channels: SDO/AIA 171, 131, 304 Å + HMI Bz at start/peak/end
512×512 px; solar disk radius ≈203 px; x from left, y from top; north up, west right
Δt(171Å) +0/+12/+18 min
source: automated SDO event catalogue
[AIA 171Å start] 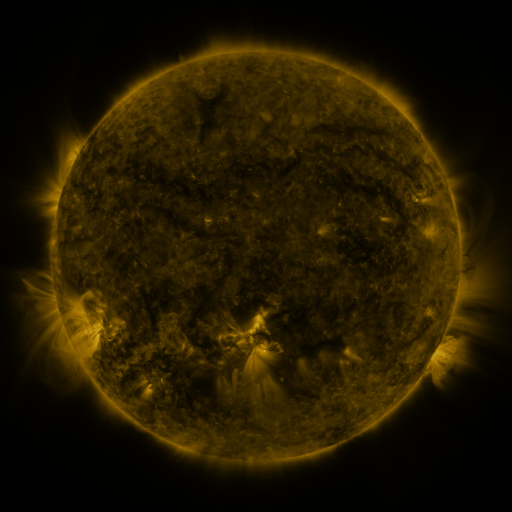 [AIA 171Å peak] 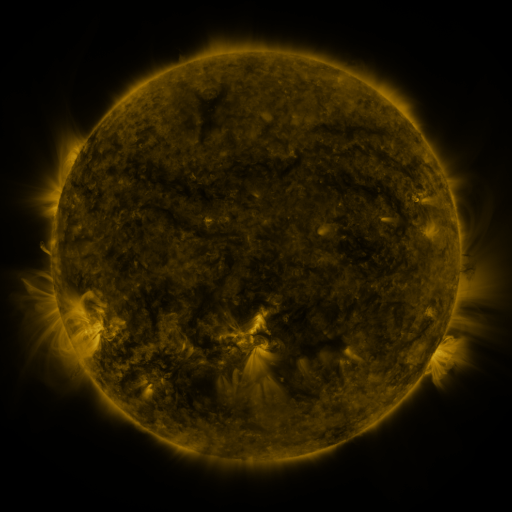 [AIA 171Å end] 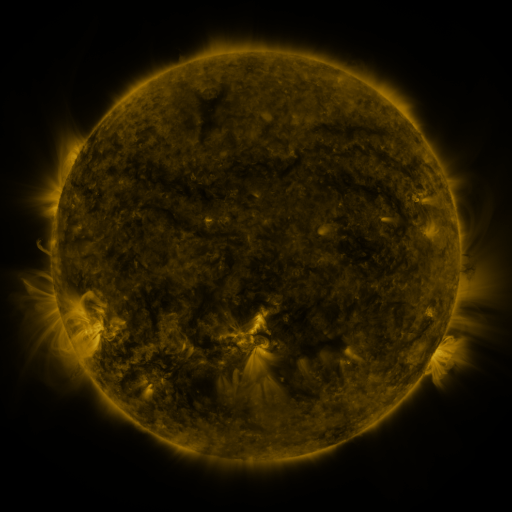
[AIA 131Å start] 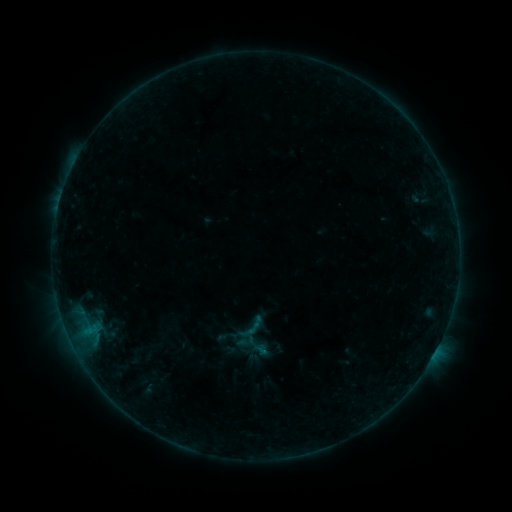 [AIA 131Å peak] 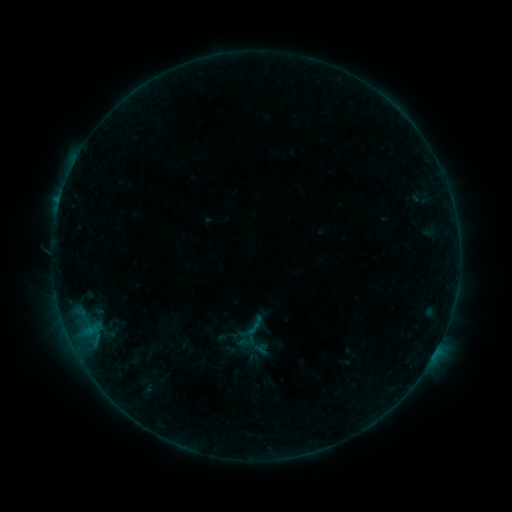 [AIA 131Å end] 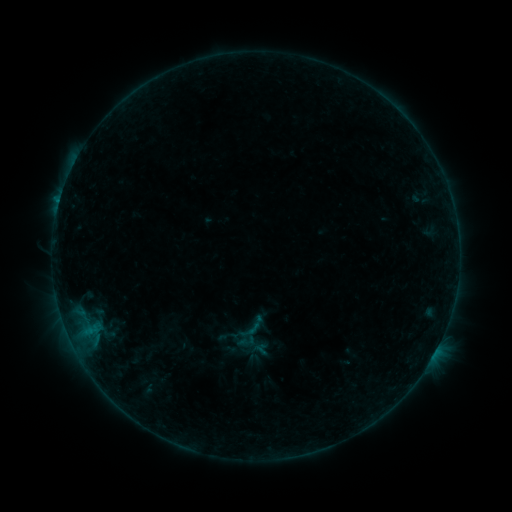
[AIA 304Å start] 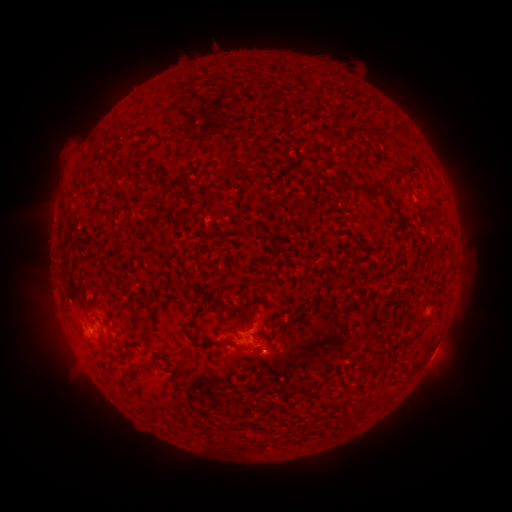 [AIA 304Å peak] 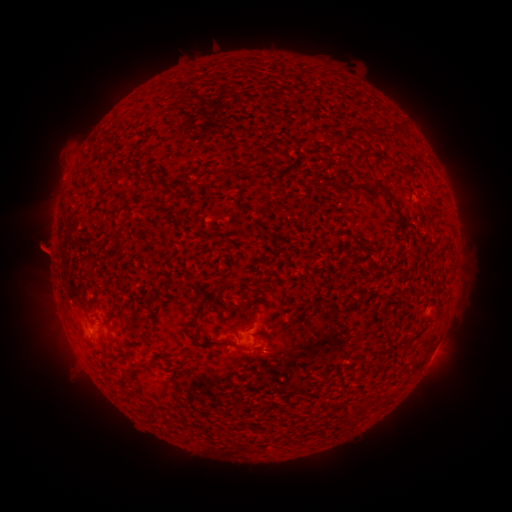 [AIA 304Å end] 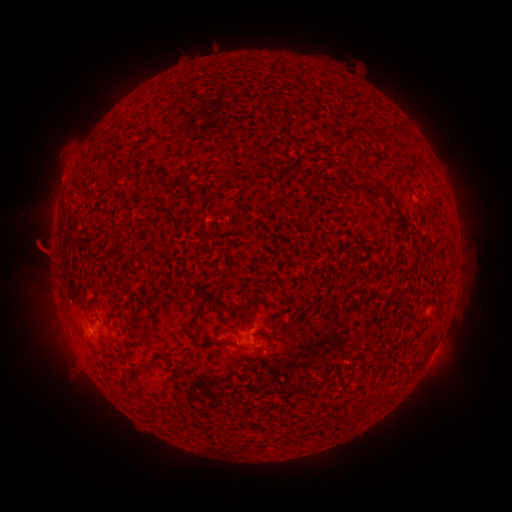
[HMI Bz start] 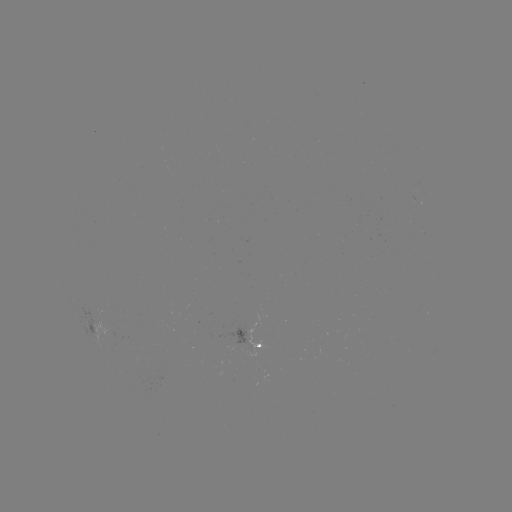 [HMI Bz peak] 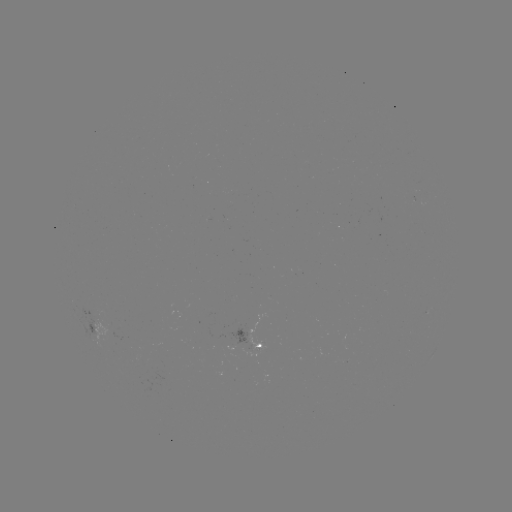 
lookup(eruption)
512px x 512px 40,244